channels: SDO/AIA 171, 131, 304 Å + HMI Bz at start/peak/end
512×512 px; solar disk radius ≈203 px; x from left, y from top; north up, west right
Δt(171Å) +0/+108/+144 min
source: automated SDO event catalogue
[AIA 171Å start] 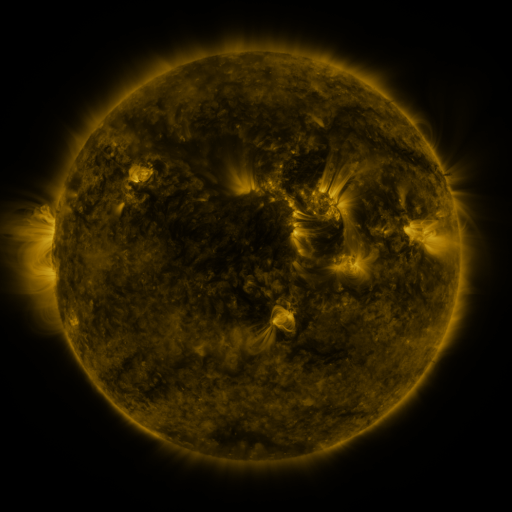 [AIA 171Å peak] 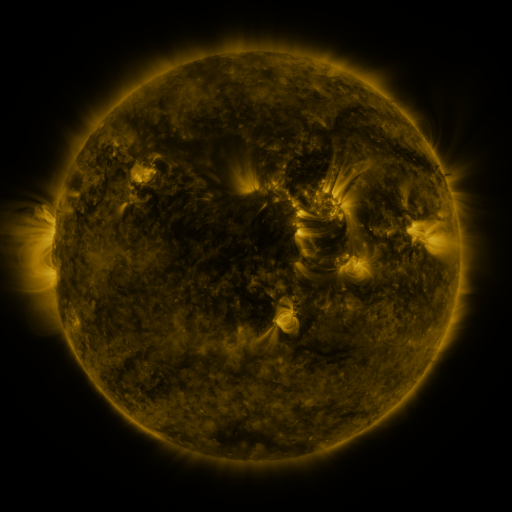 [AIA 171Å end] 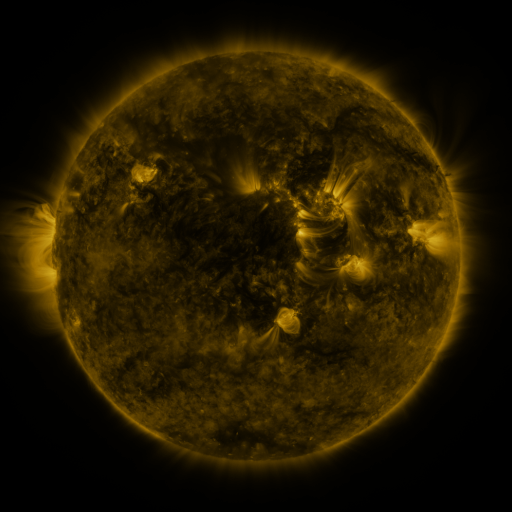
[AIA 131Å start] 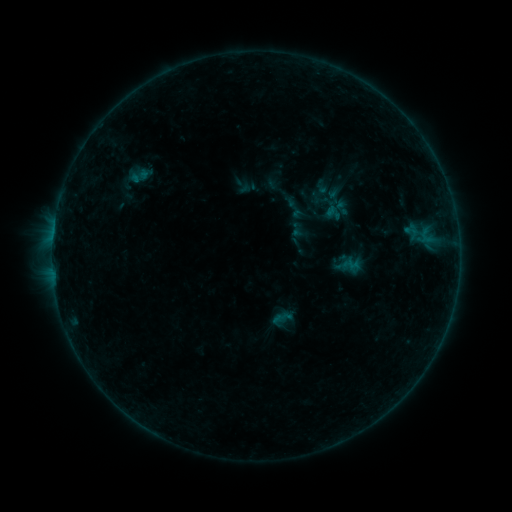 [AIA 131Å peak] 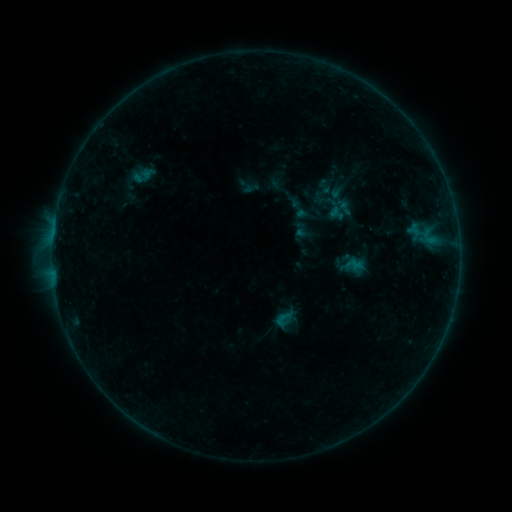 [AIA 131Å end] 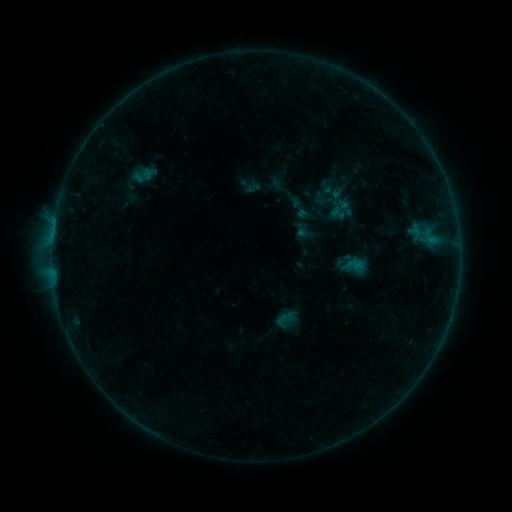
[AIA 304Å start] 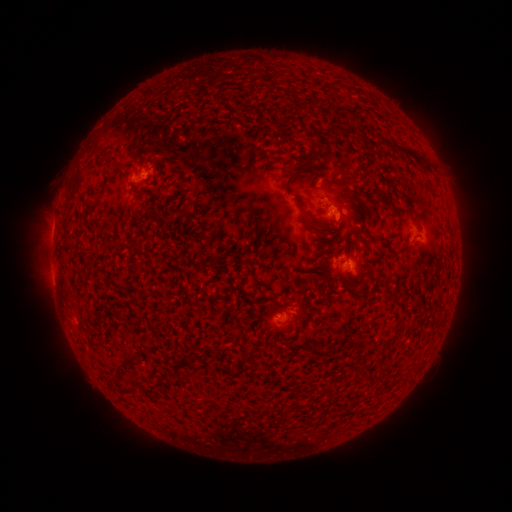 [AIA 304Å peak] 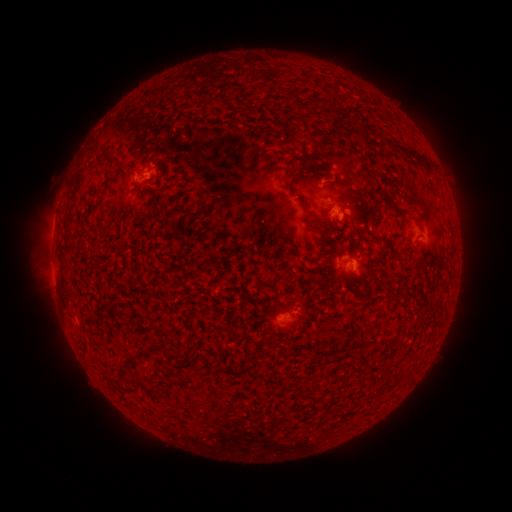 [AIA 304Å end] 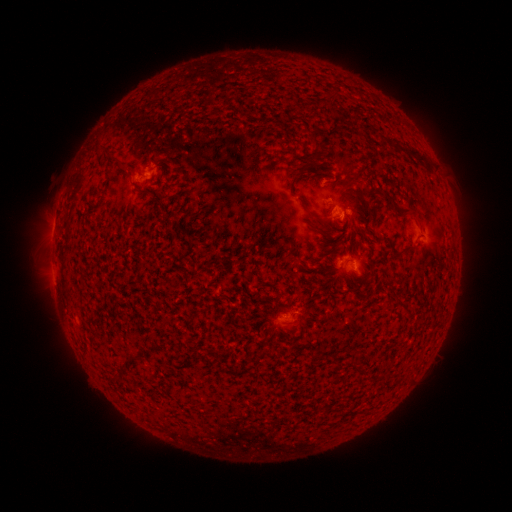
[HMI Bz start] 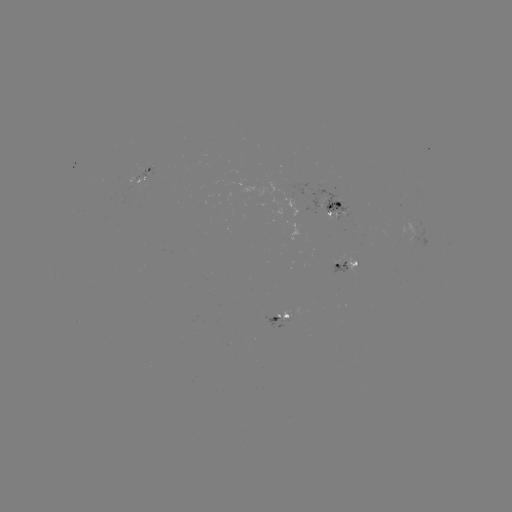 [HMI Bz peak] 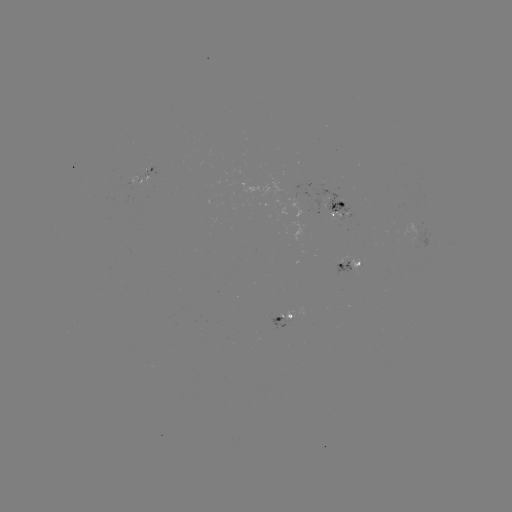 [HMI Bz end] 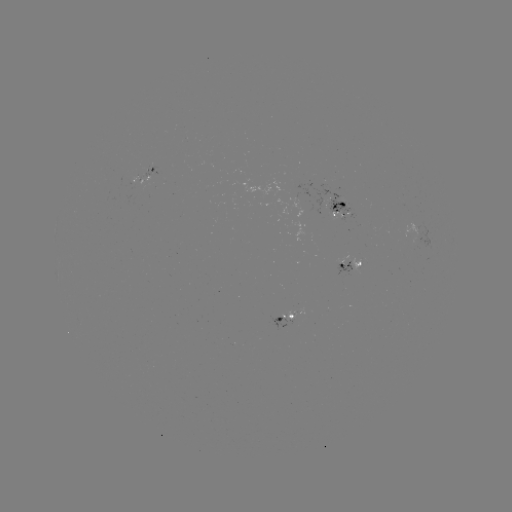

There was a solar emerging-flux region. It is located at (289, 318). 